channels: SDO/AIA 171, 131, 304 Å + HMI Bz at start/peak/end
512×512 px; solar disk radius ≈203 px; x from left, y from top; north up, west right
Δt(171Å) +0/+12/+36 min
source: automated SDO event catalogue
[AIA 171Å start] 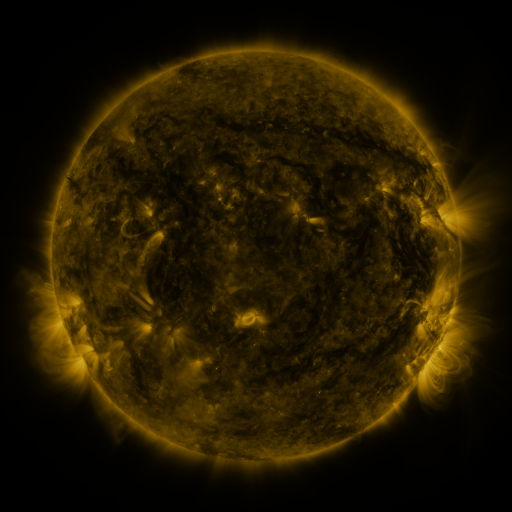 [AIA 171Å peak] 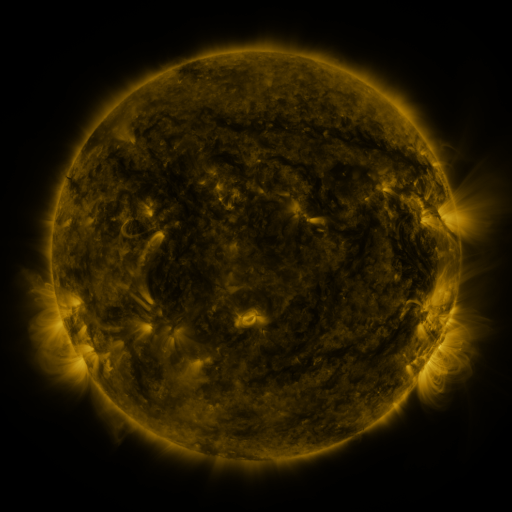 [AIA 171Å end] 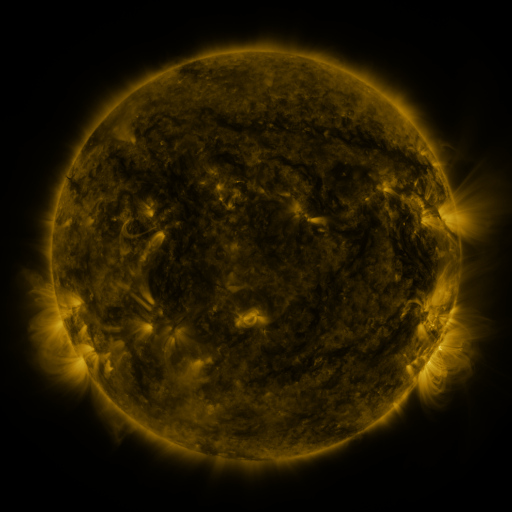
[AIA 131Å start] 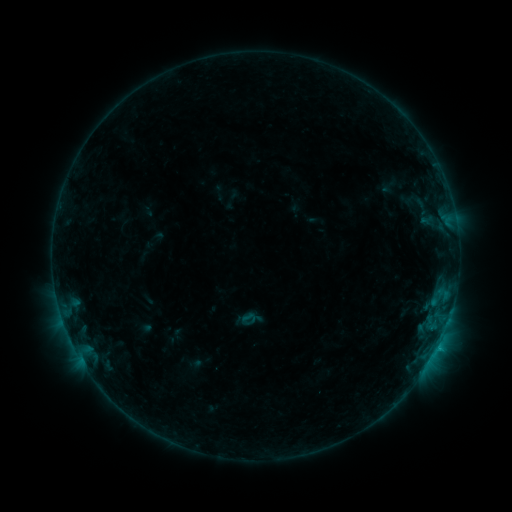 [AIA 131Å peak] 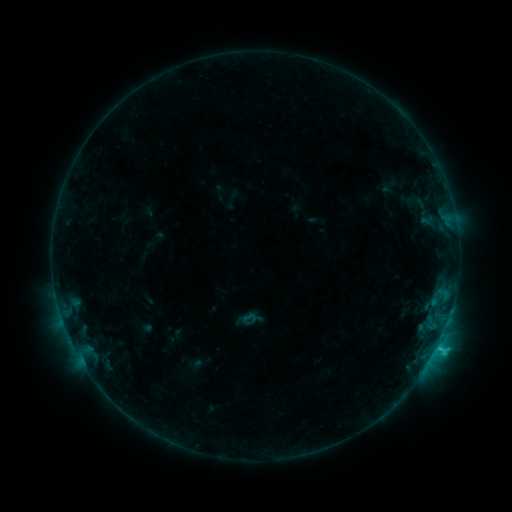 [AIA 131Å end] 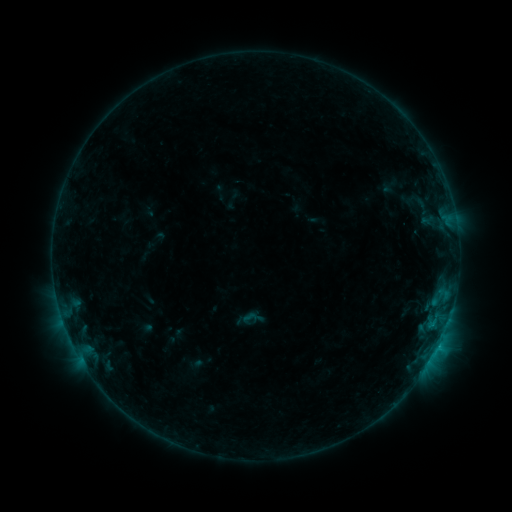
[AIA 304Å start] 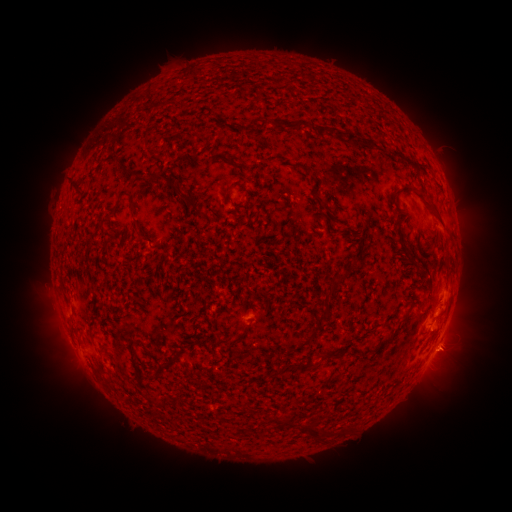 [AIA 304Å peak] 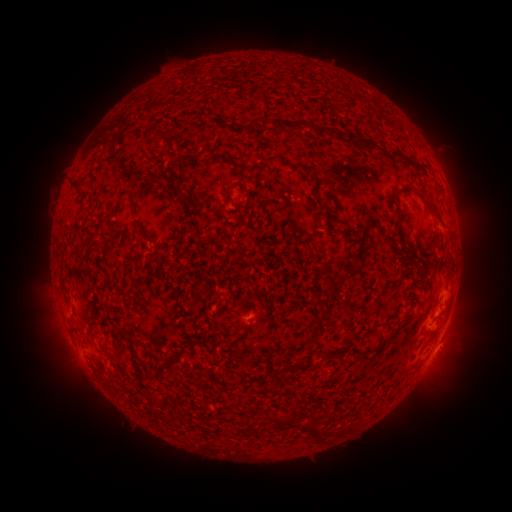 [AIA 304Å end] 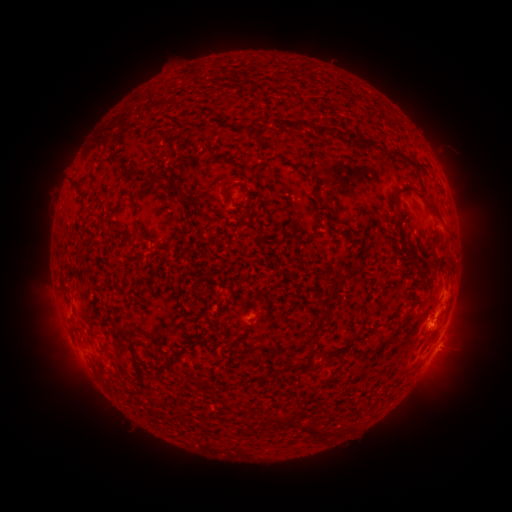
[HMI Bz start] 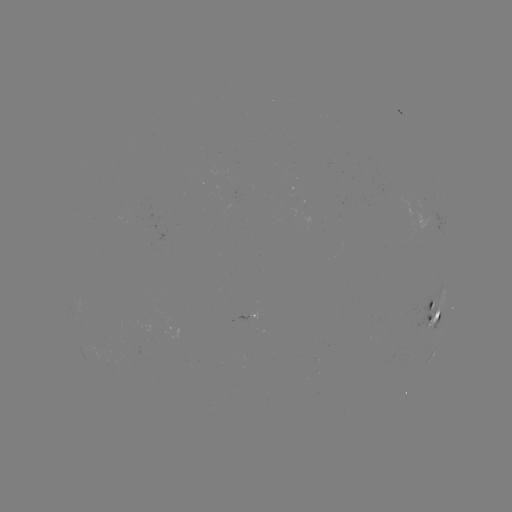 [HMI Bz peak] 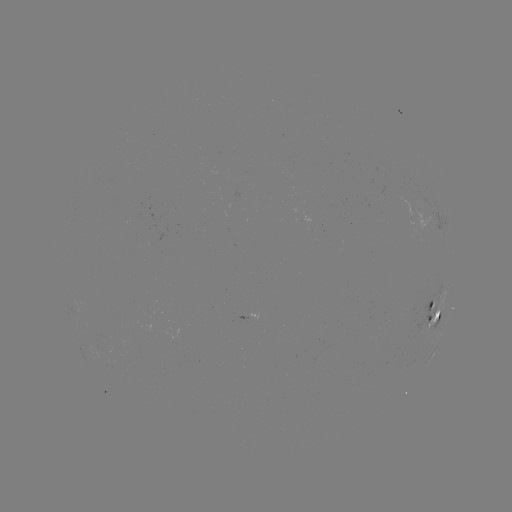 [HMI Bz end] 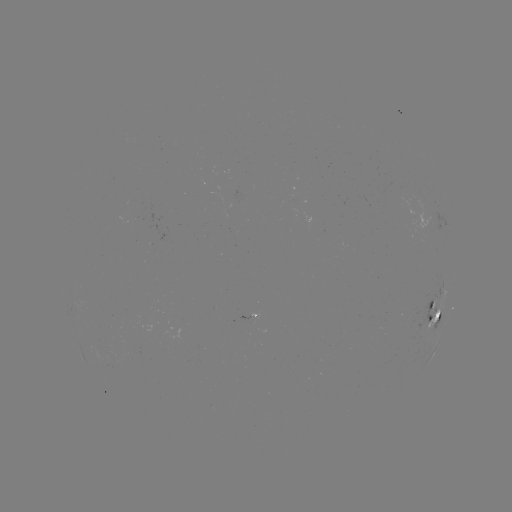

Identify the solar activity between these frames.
C1.2 flare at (438, 345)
